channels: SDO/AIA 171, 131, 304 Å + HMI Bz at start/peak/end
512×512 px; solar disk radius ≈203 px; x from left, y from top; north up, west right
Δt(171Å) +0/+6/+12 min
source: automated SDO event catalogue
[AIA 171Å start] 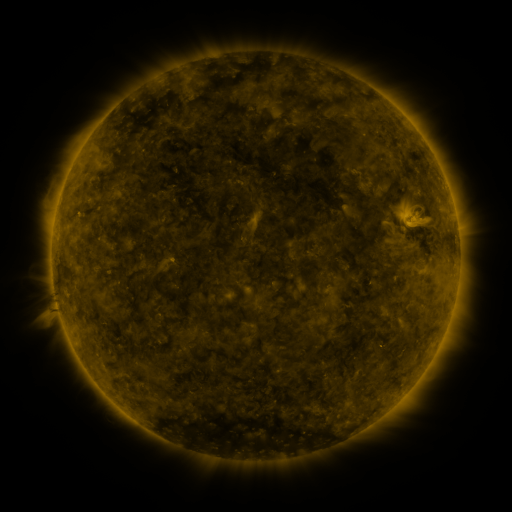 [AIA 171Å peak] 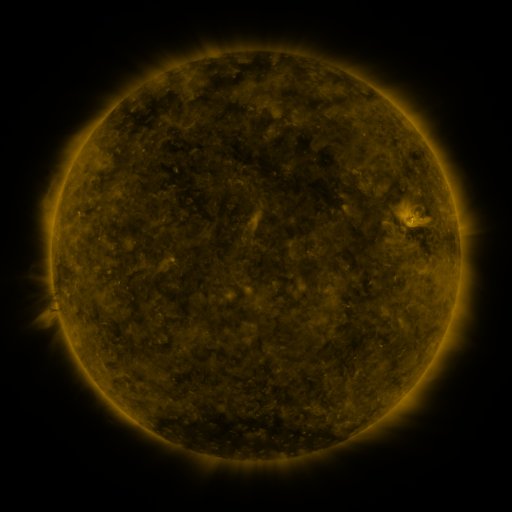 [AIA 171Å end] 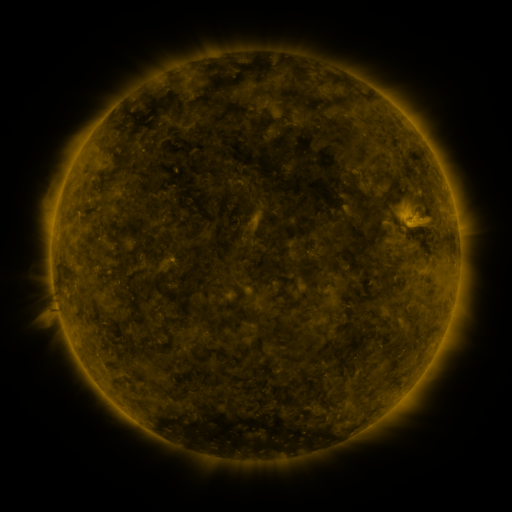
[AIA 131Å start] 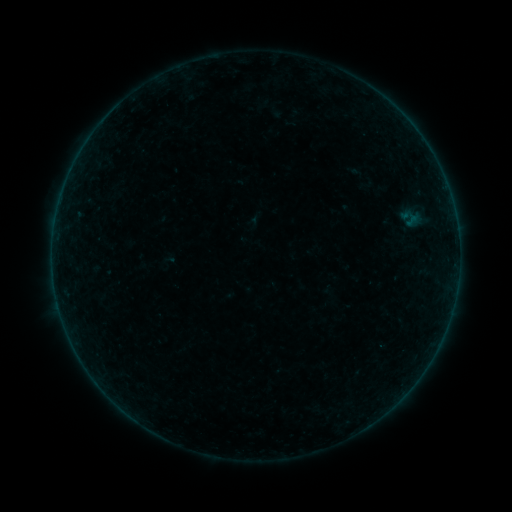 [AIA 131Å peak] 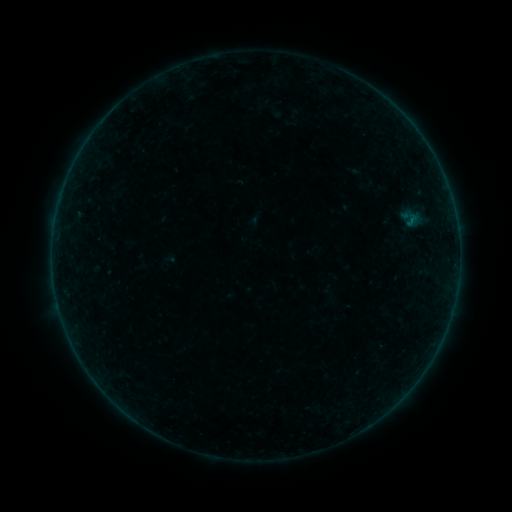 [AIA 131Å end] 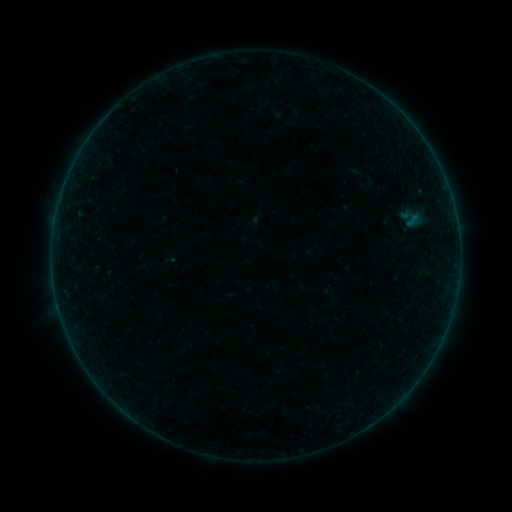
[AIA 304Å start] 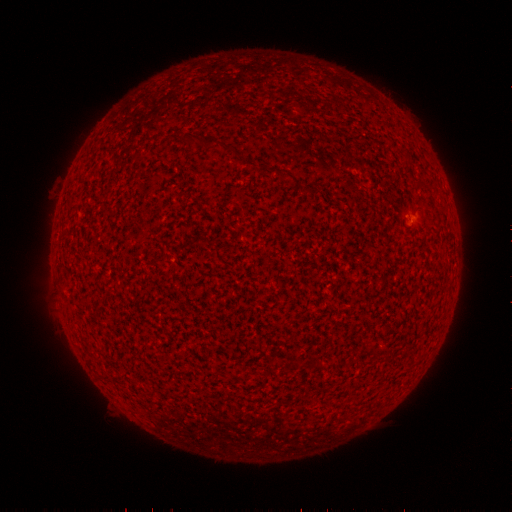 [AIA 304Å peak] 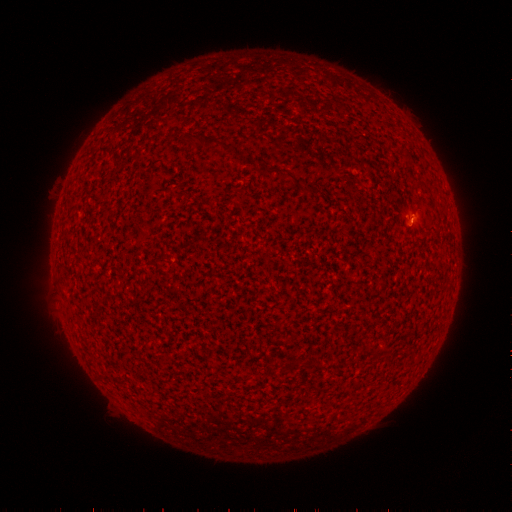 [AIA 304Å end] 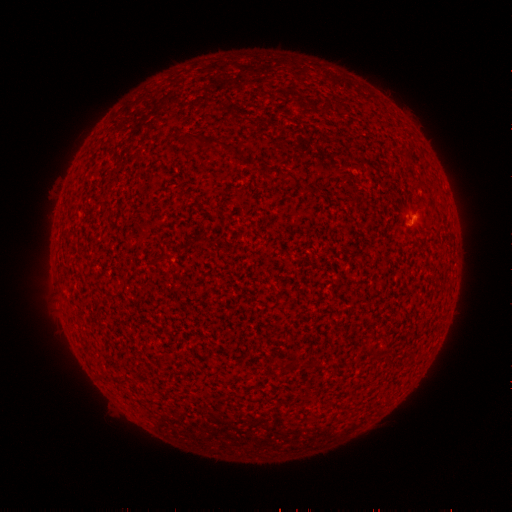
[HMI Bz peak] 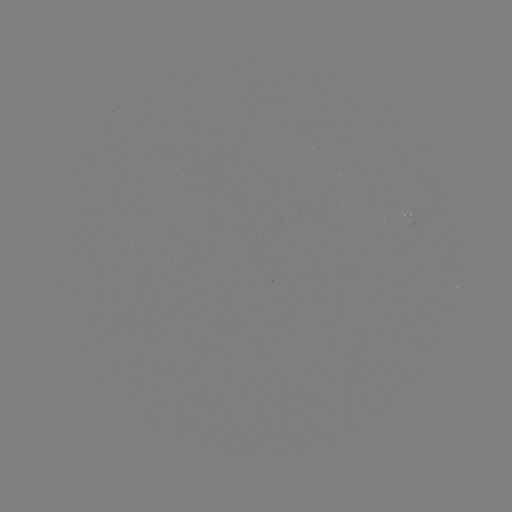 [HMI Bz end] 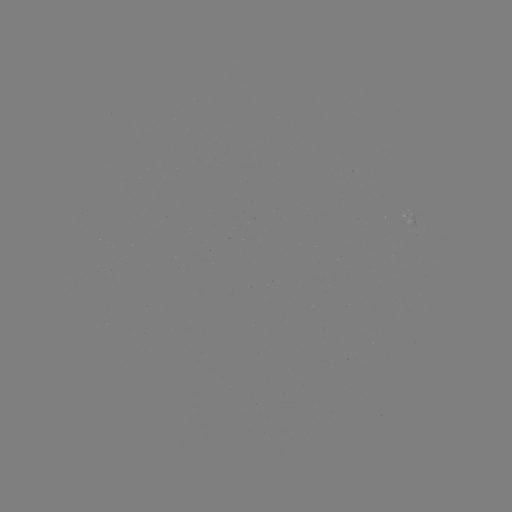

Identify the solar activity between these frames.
A8.2 flare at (411, 221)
